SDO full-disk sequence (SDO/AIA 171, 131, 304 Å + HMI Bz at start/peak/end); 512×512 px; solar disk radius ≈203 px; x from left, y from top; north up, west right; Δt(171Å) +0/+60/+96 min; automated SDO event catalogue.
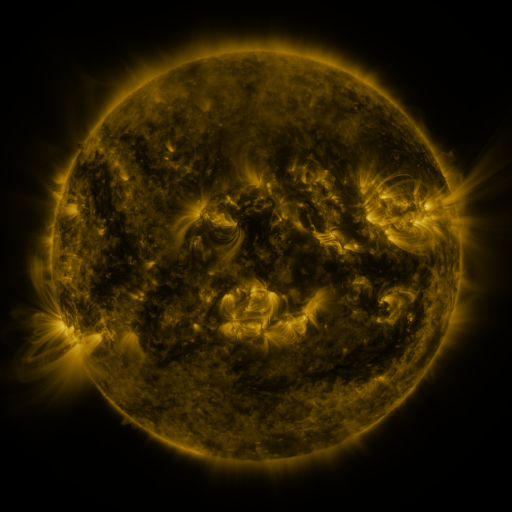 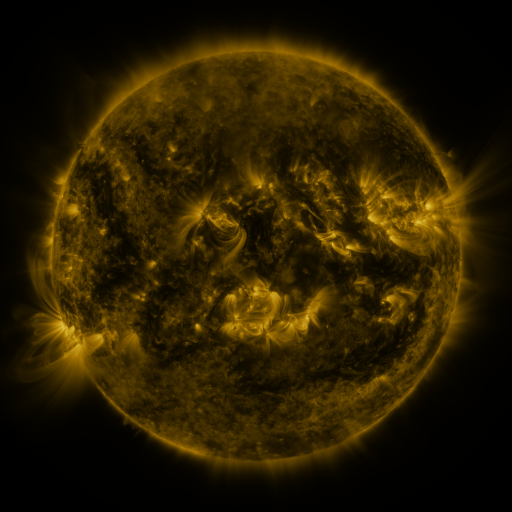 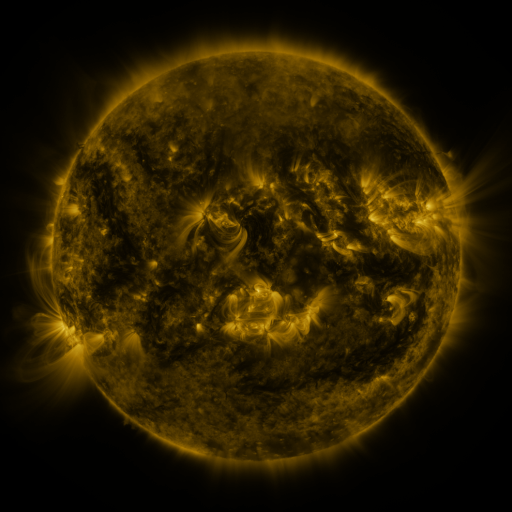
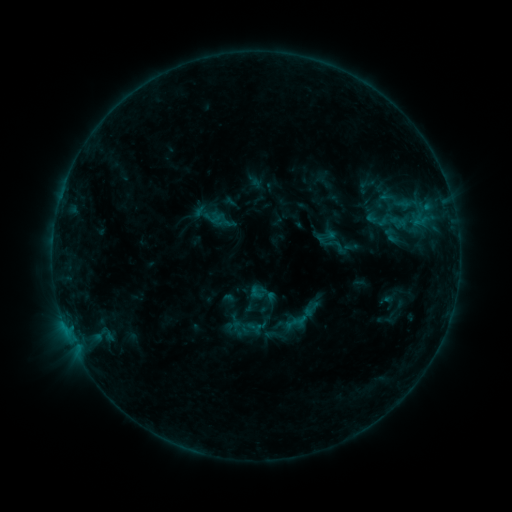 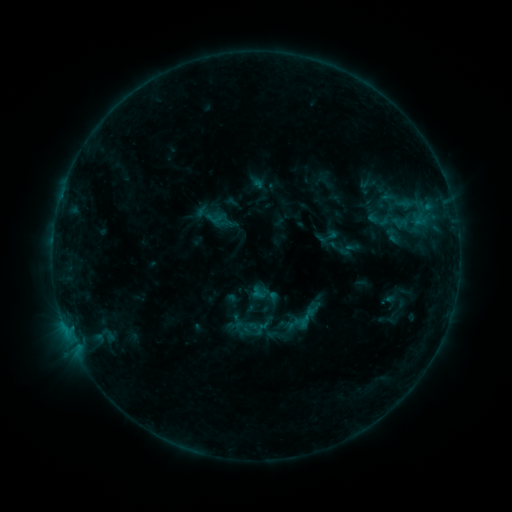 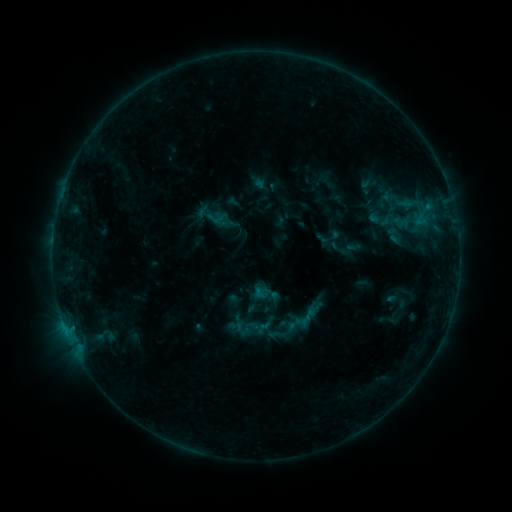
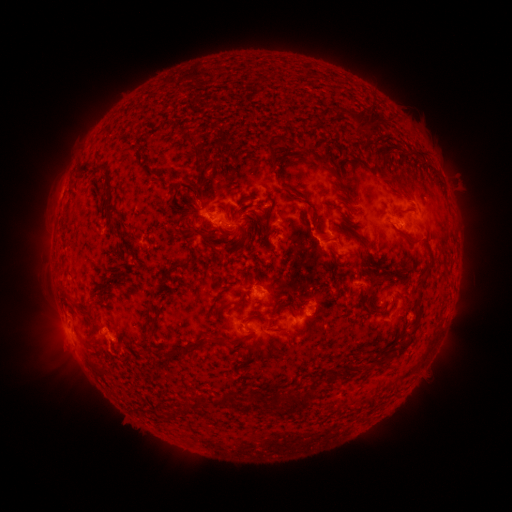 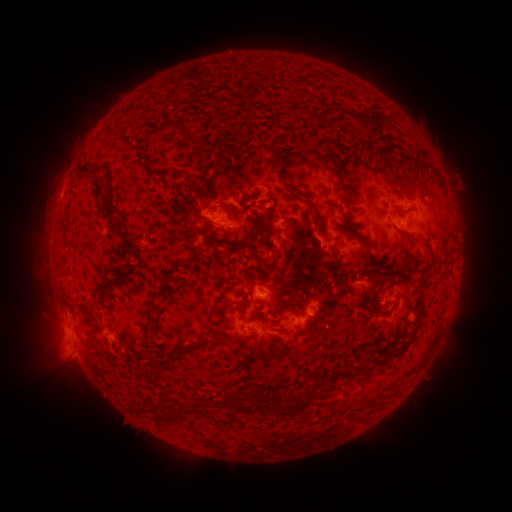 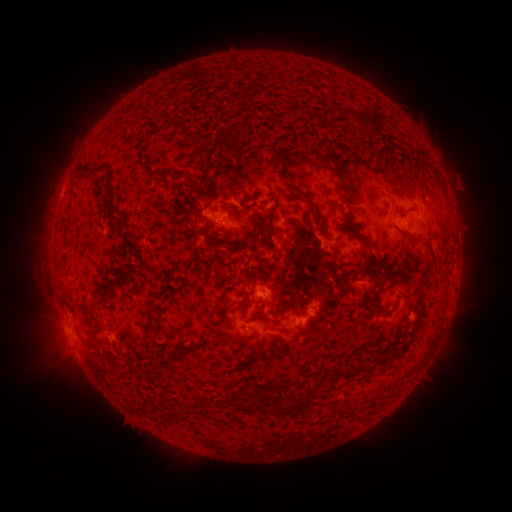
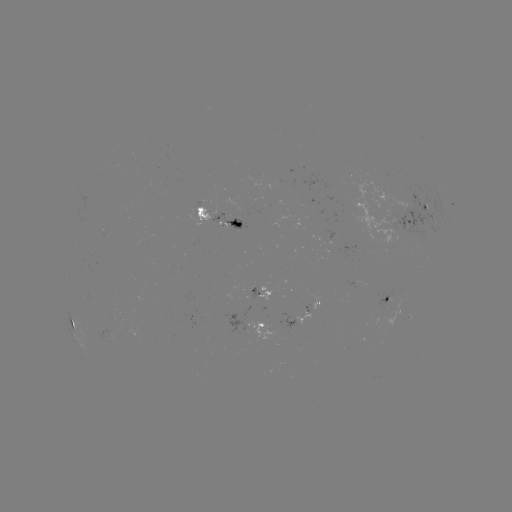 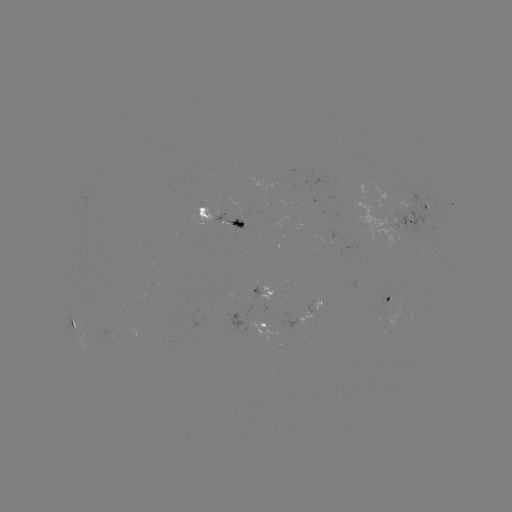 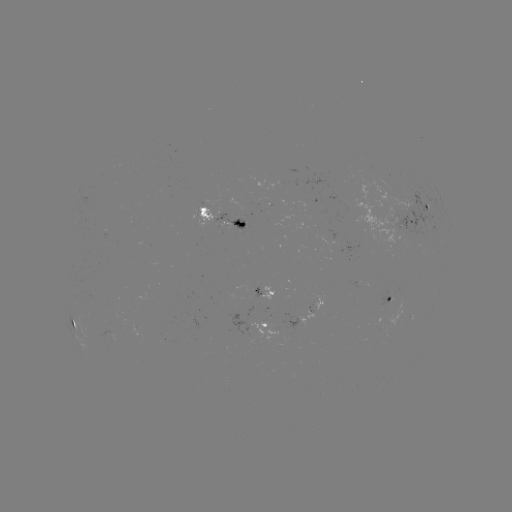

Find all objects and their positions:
emerging-flux region: (360, 281)
